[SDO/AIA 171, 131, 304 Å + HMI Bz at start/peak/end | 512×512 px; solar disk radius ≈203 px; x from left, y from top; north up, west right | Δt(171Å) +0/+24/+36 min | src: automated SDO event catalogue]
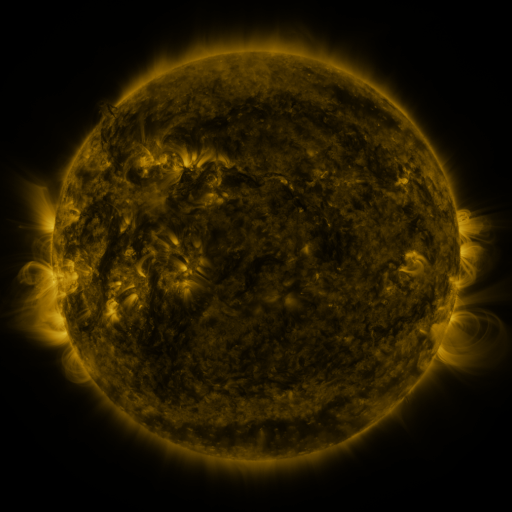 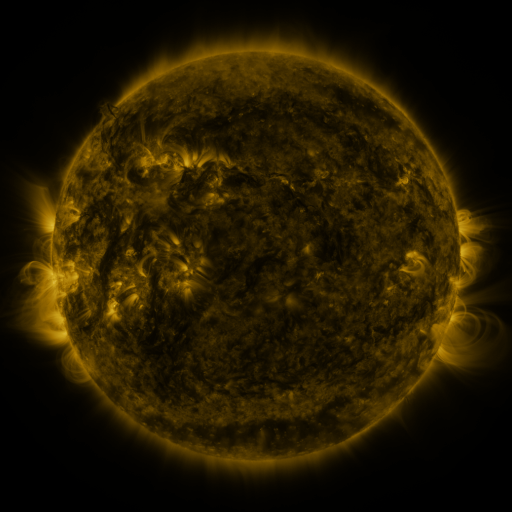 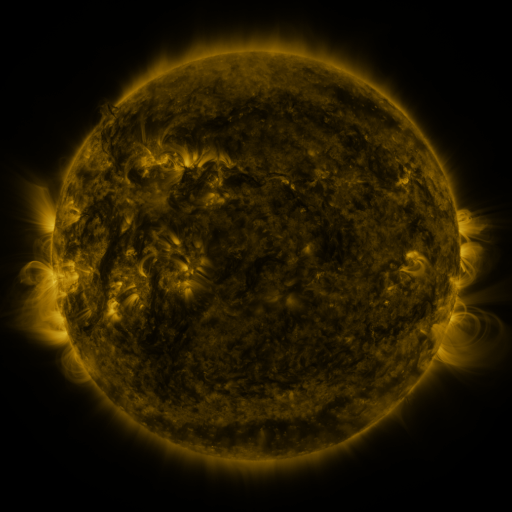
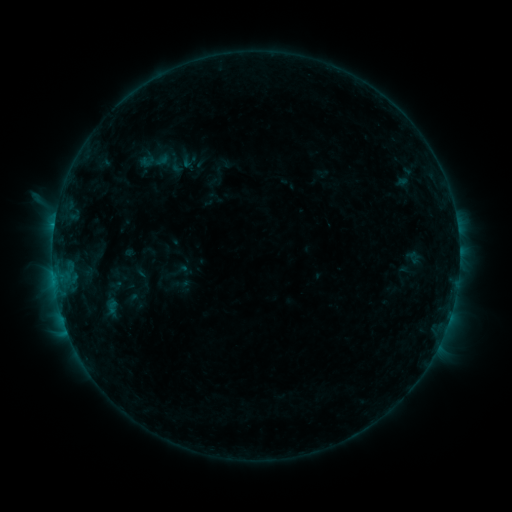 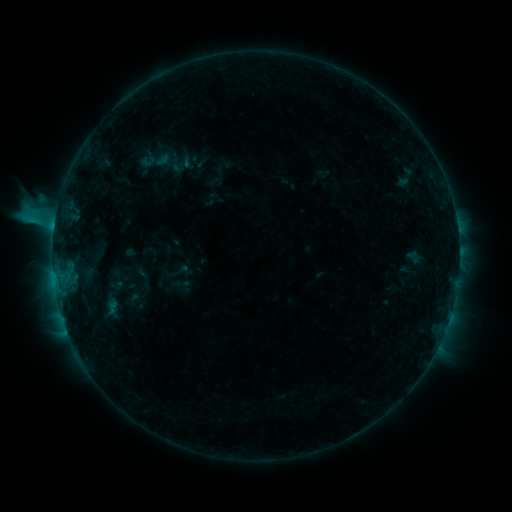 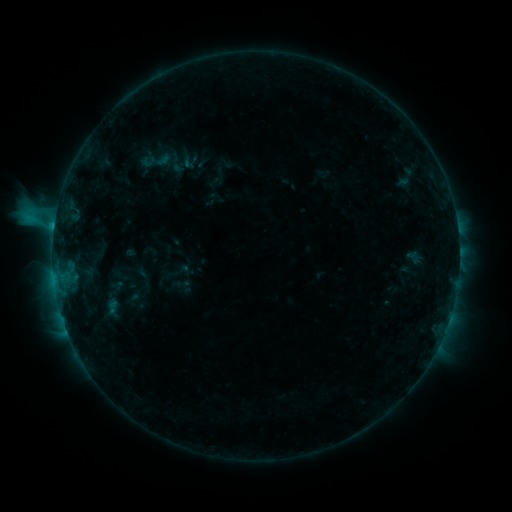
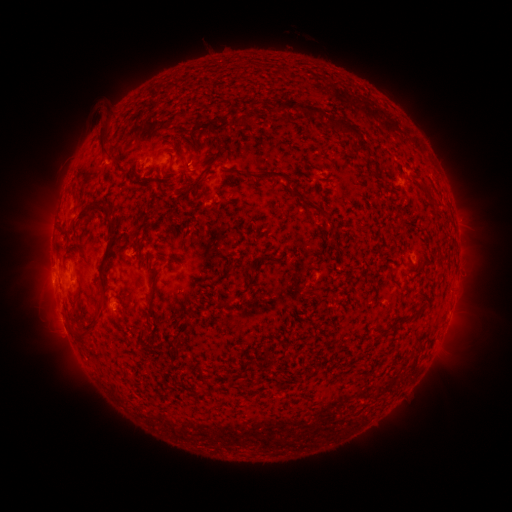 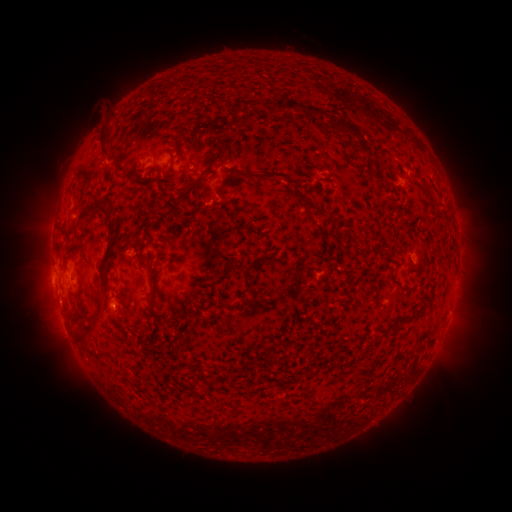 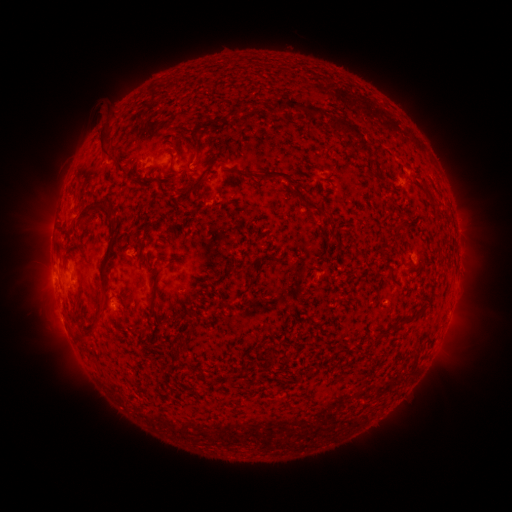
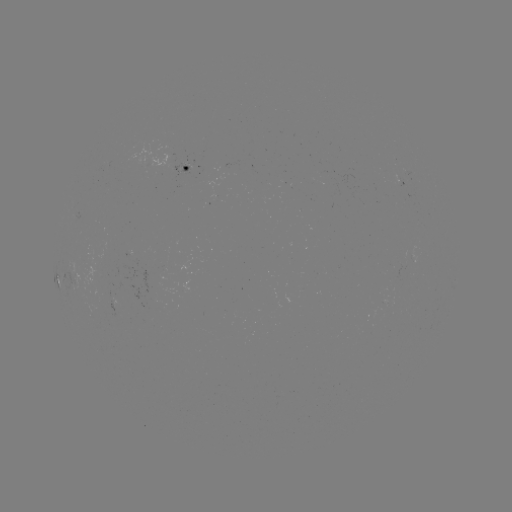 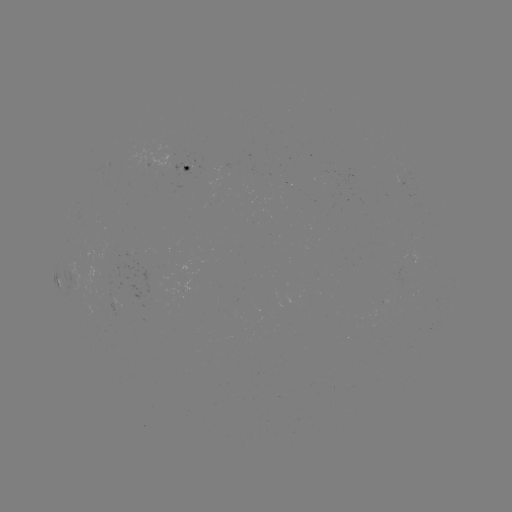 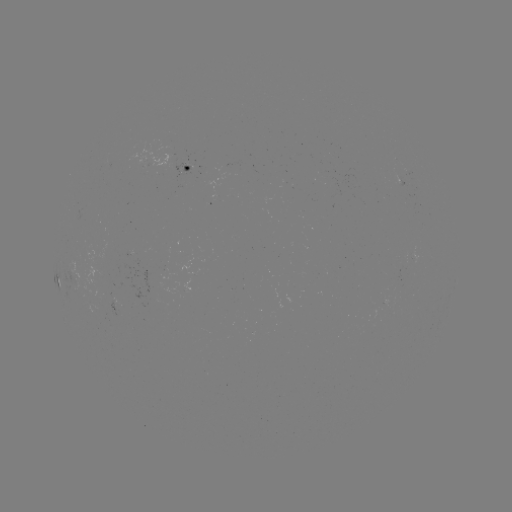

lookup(C1.8 flare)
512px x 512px (61, 300)